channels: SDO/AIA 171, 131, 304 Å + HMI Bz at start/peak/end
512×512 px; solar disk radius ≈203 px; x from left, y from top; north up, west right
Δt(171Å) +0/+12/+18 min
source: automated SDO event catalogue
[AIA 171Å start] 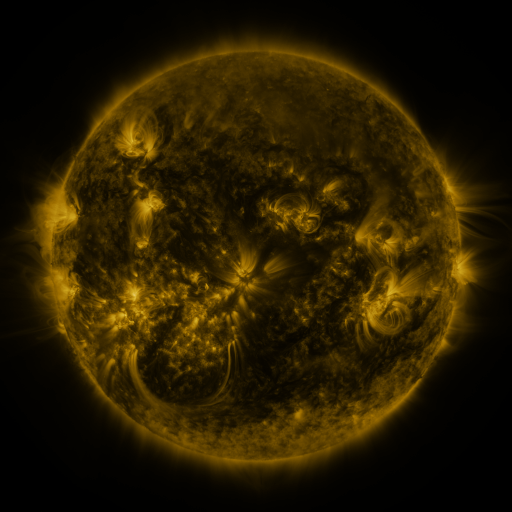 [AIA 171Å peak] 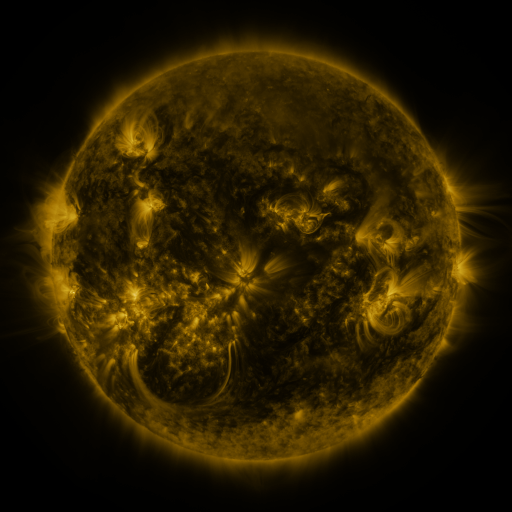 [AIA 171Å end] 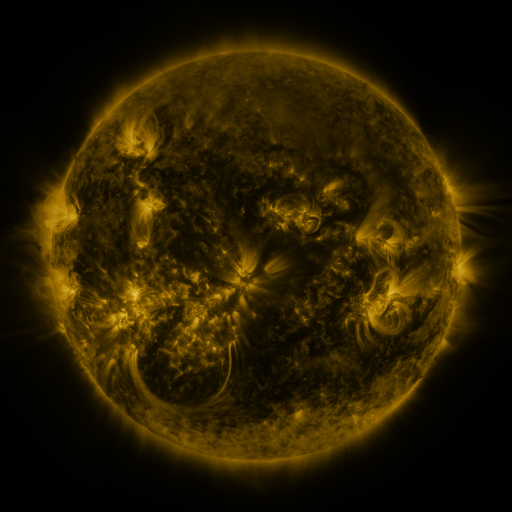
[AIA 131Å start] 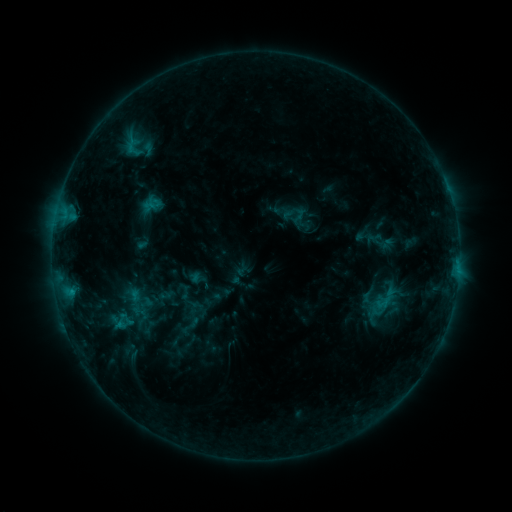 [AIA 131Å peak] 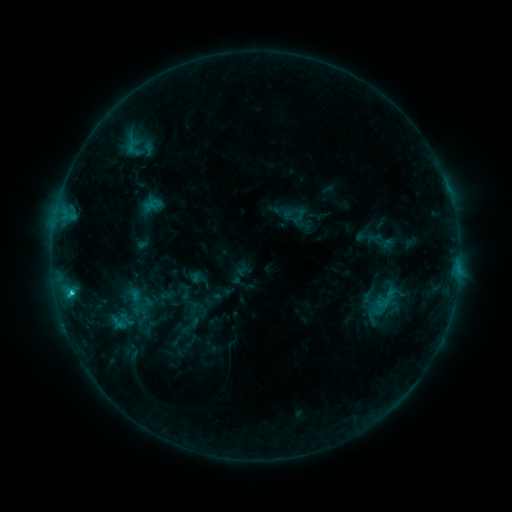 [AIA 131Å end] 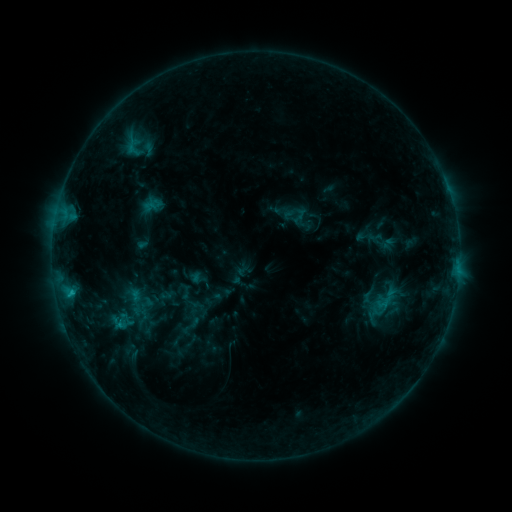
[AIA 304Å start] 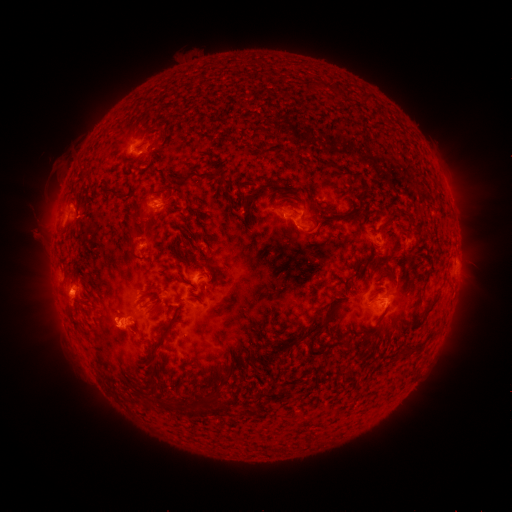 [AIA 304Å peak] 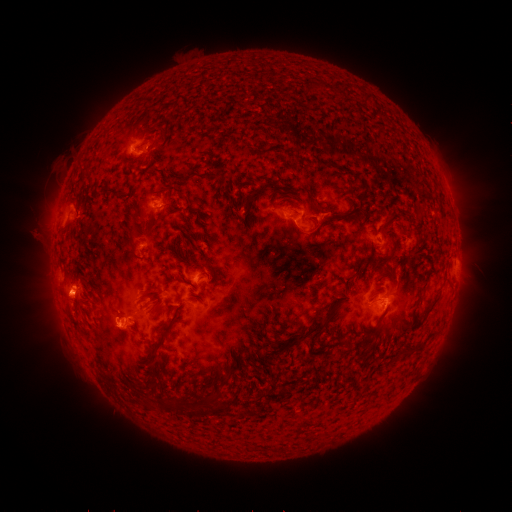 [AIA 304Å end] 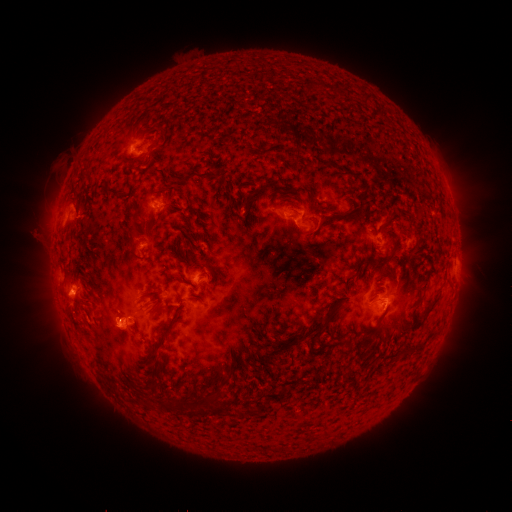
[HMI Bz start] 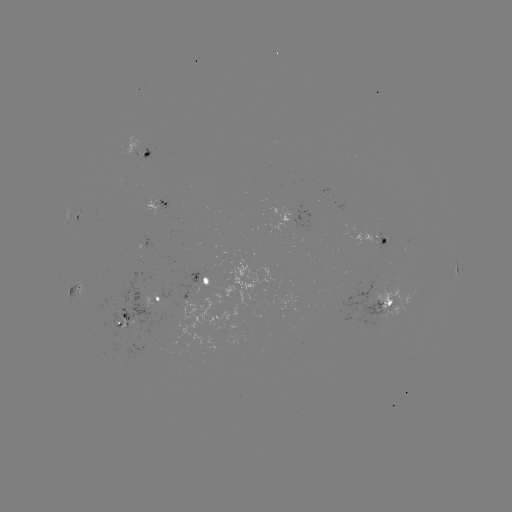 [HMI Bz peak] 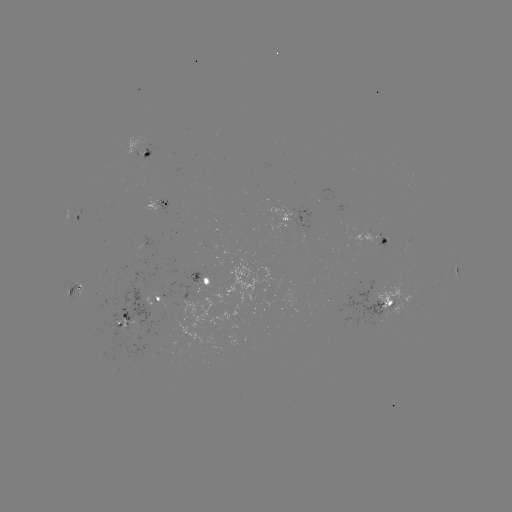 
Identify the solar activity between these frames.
C1.5 flare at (71, 290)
